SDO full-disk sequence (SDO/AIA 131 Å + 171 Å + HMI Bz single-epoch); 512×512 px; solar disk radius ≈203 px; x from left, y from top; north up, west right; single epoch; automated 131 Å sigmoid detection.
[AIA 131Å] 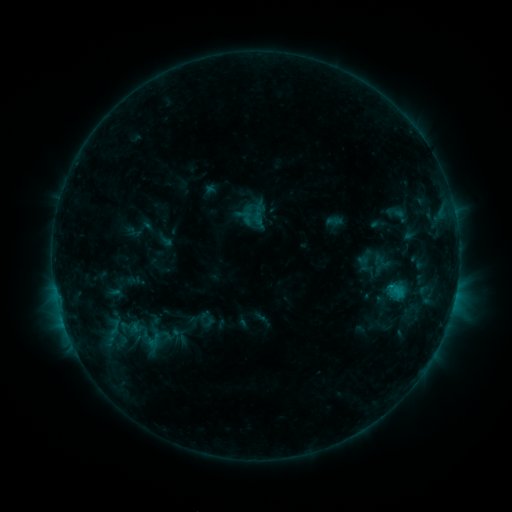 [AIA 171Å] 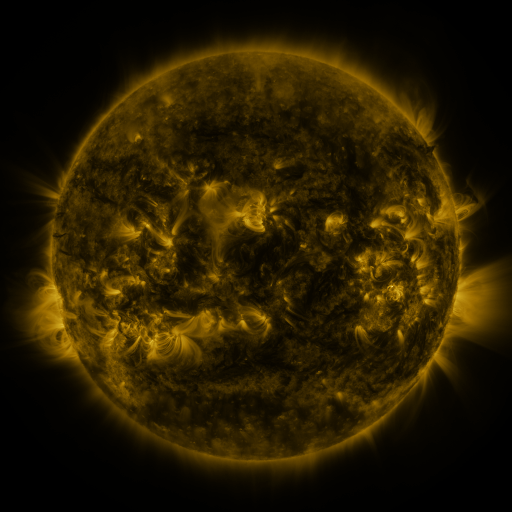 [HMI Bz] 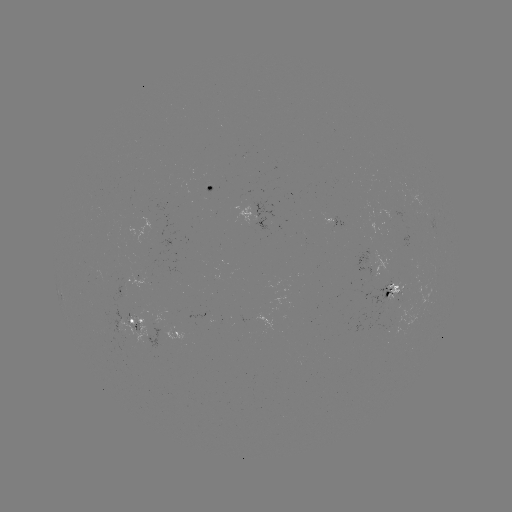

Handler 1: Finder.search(sigmoid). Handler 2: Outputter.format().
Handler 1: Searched sigmoid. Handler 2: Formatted (247, 218).